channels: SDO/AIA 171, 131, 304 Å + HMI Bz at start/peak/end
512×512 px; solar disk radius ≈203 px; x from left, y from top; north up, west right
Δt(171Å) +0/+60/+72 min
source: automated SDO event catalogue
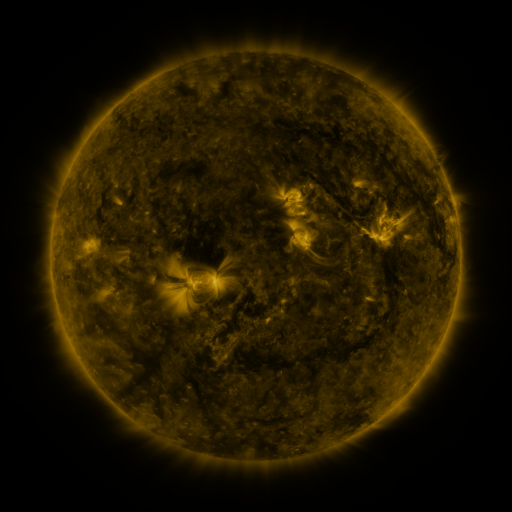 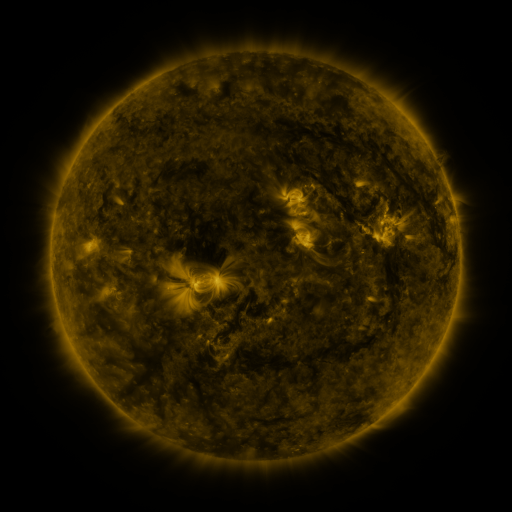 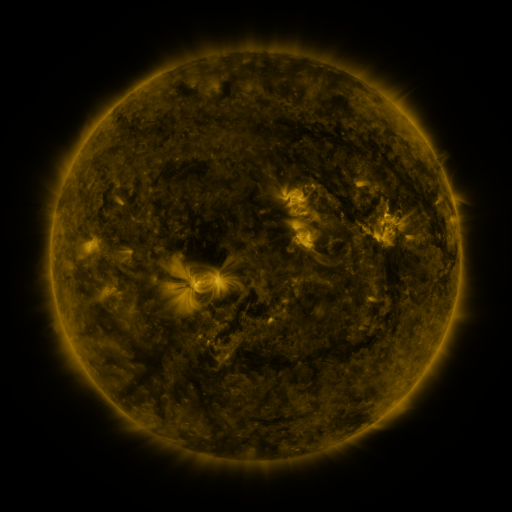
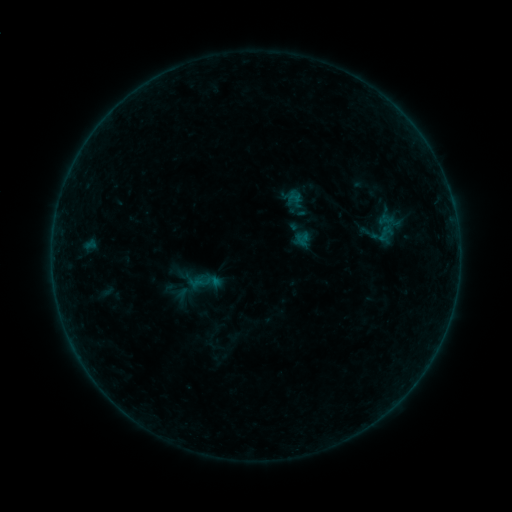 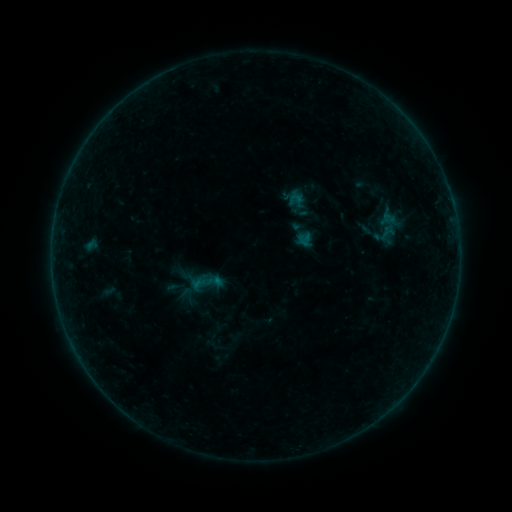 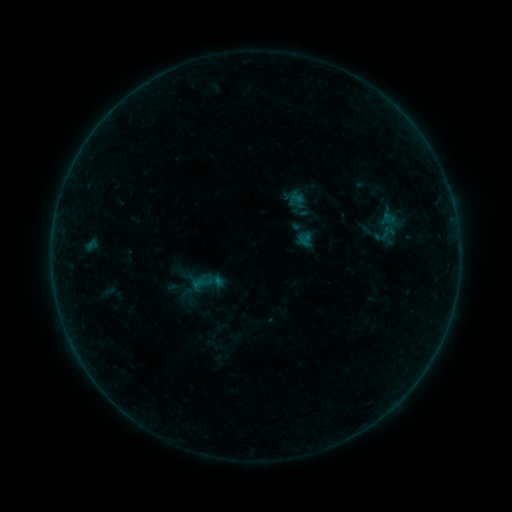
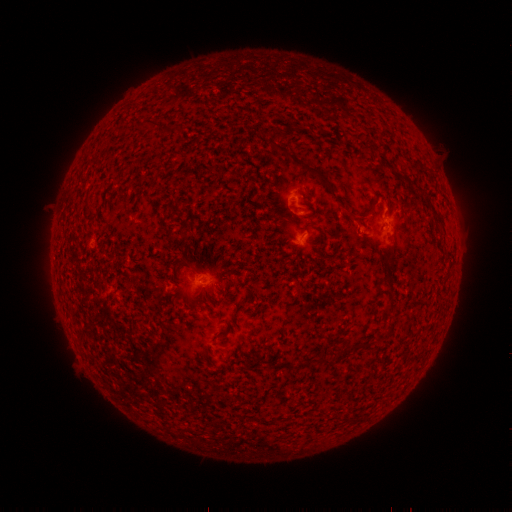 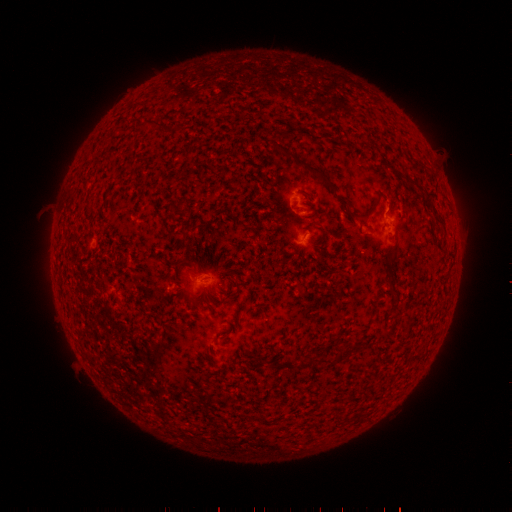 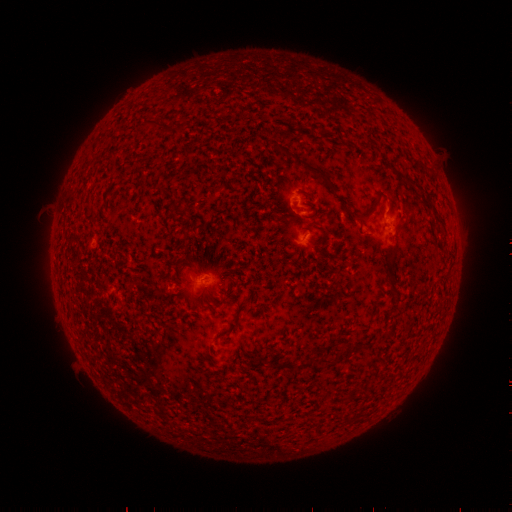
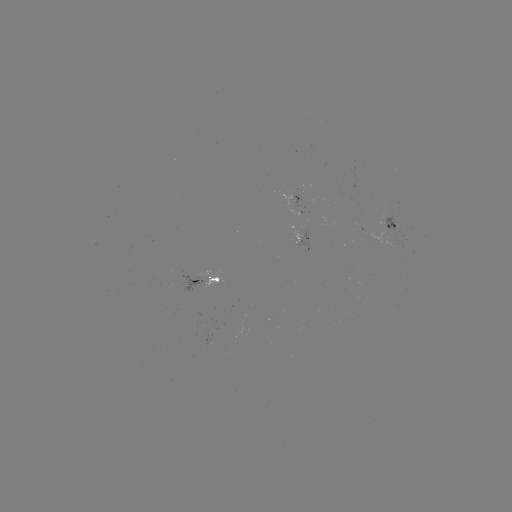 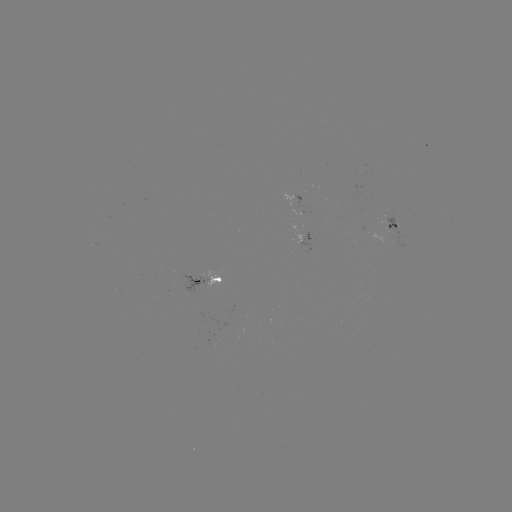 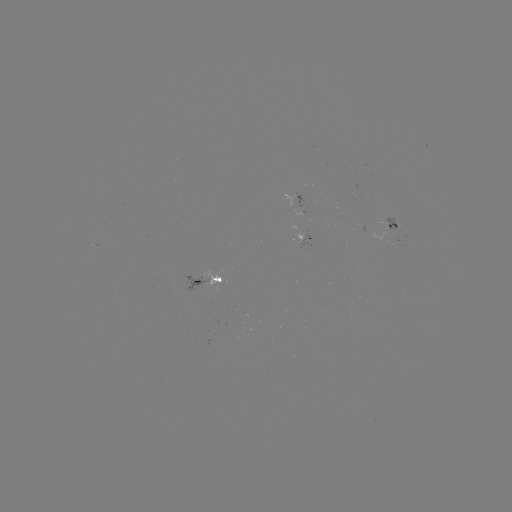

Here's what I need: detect emerging-flux region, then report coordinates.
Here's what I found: emerging-flux region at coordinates (211, 279).